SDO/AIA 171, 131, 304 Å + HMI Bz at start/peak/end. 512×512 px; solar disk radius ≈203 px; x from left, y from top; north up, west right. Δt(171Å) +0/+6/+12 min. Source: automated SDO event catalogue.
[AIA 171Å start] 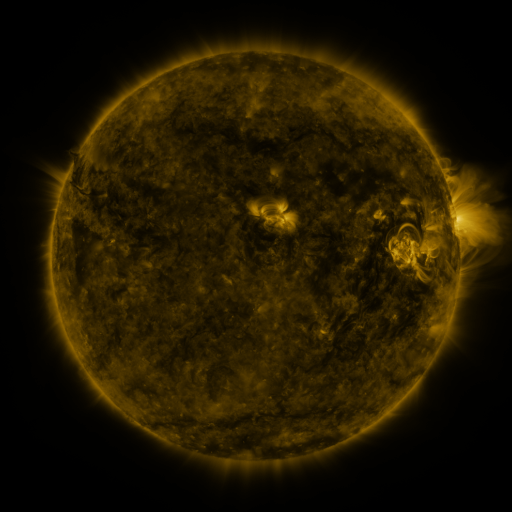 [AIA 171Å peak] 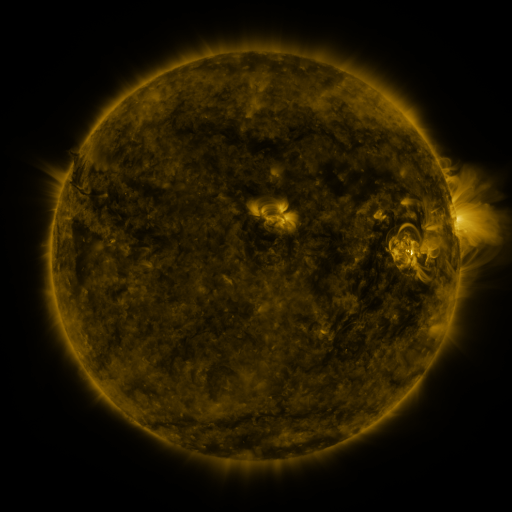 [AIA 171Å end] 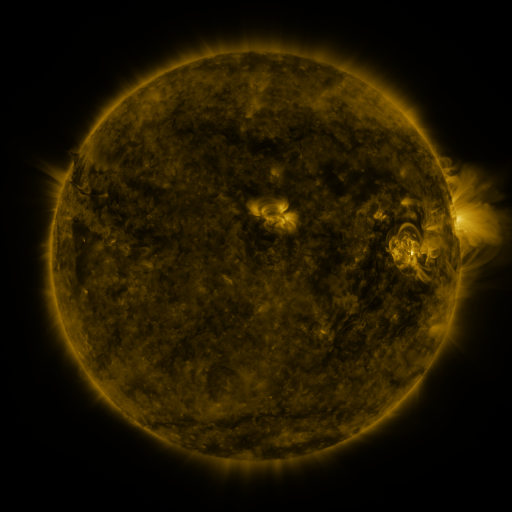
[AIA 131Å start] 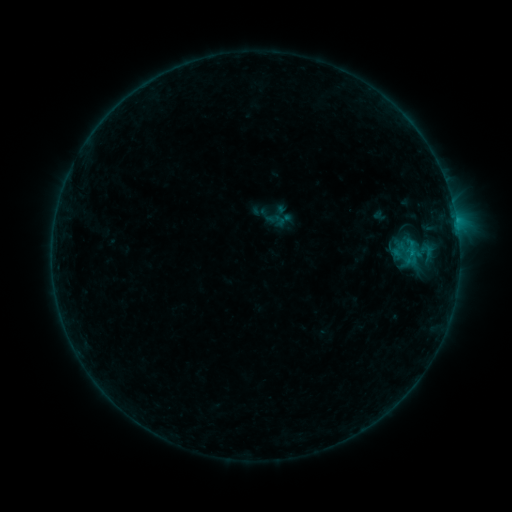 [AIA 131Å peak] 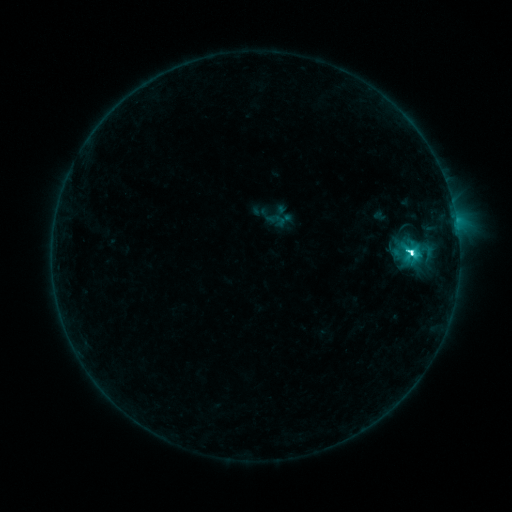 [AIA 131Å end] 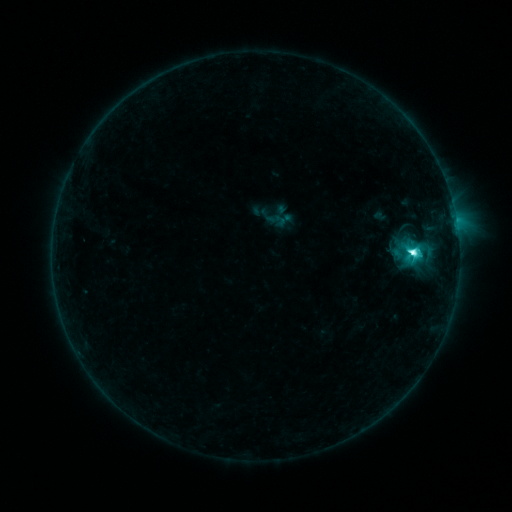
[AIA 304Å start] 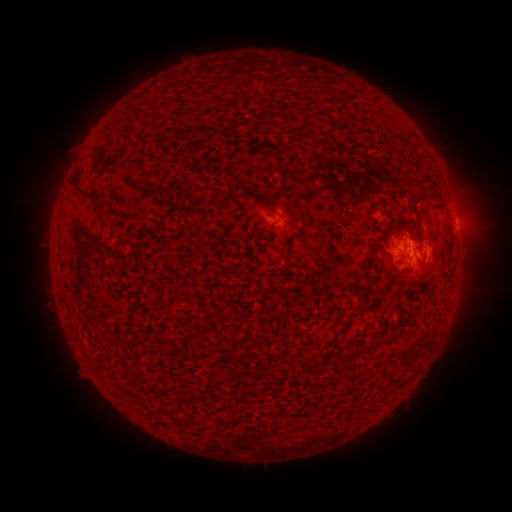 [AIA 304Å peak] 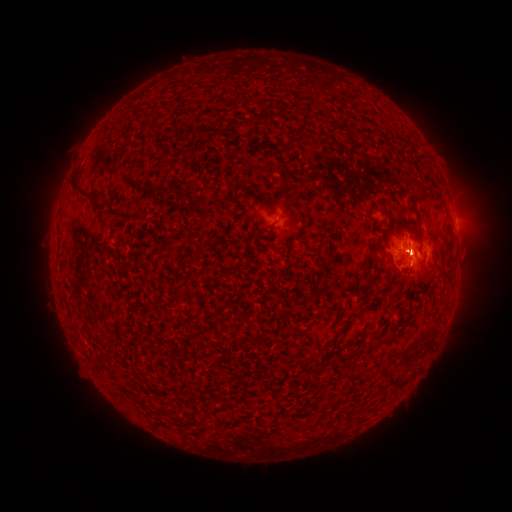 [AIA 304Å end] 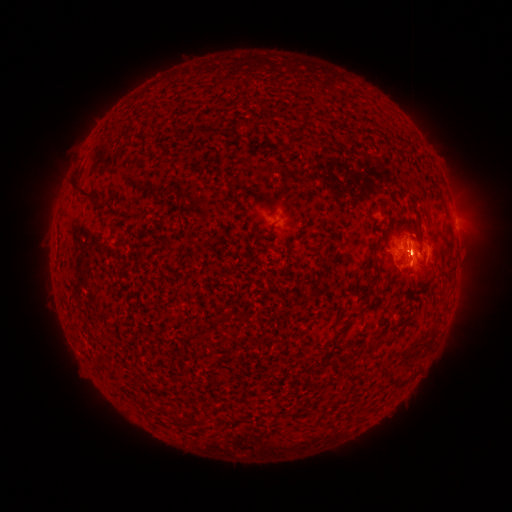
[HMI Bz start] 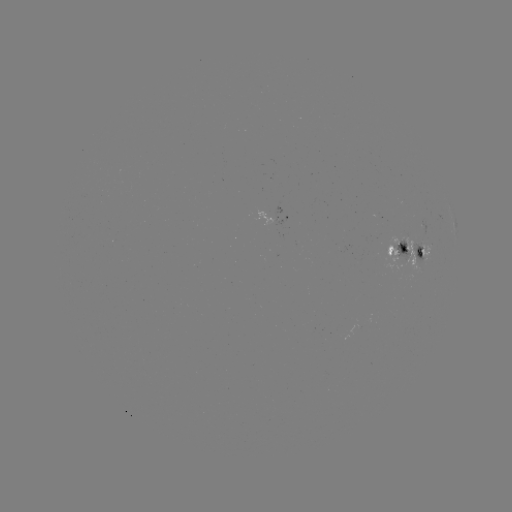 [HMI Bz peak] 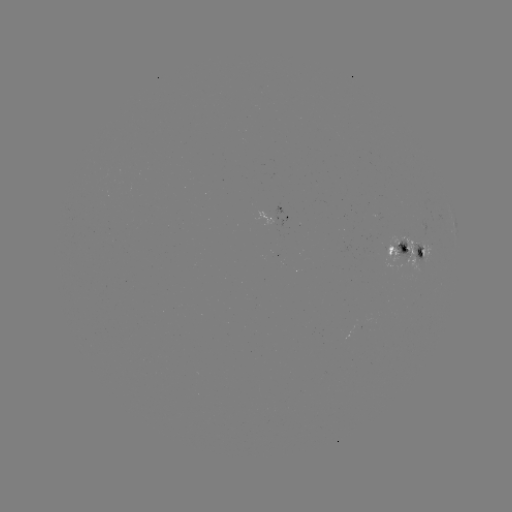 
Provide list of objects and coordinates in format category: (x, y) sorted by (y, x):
C9.1 flare: (409, 256)
